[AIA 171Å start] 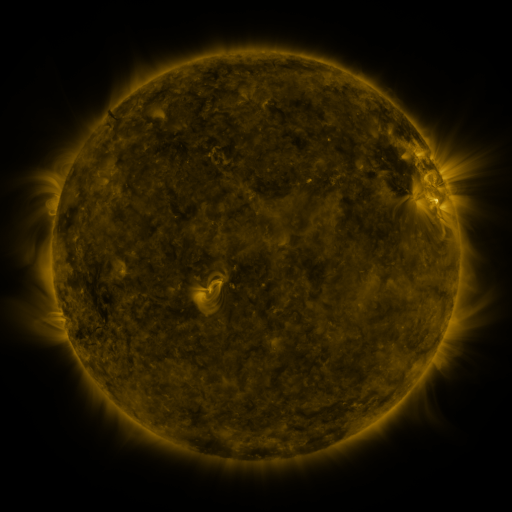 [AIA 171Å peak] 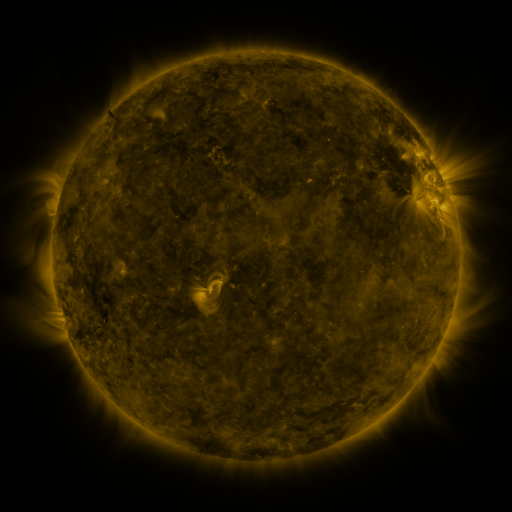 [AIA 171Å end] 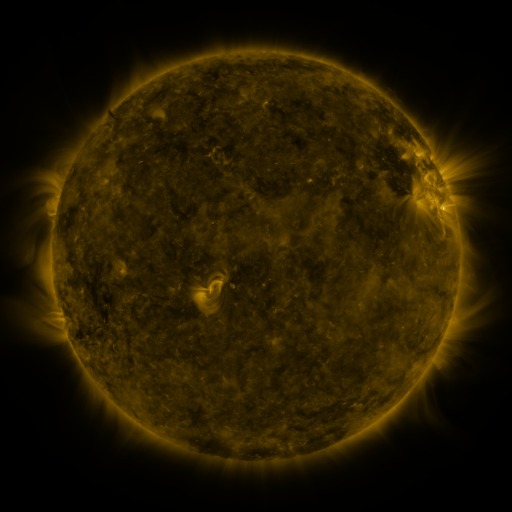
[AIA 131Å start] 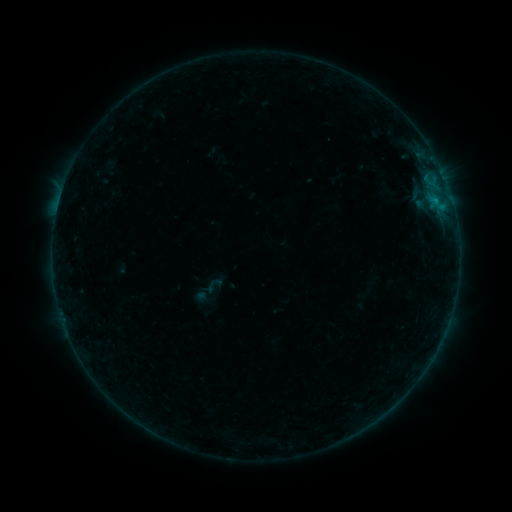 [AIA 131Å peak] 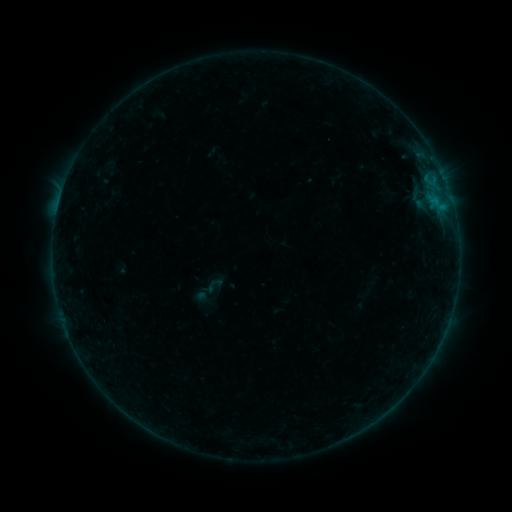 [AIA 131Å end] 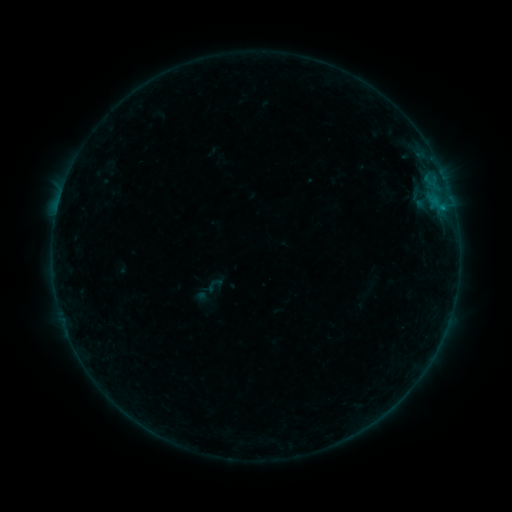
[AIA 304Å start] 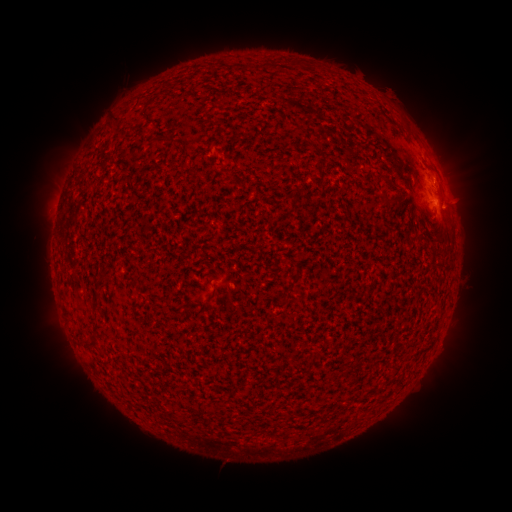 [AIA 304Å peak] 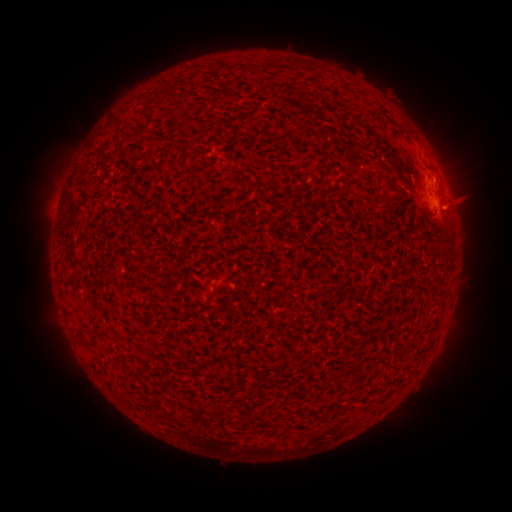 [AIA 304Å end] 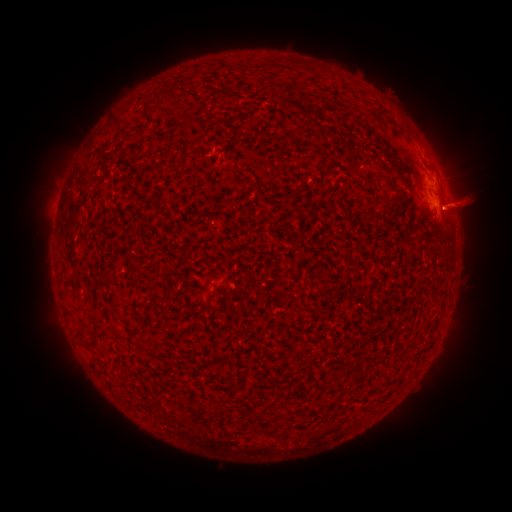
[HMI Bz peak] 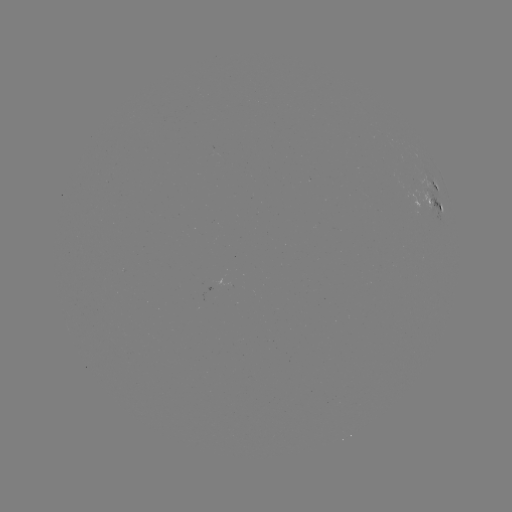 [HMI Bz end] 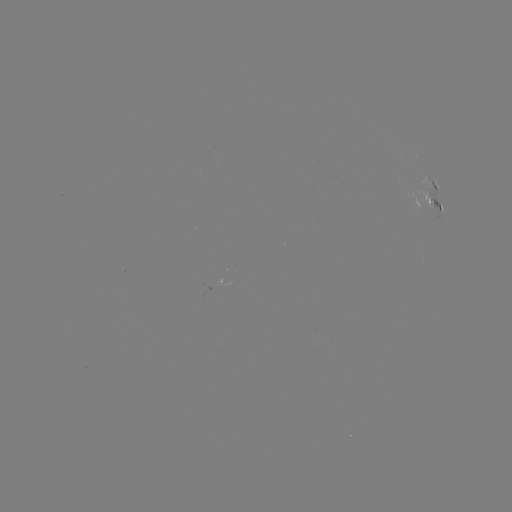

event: eruption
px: (465, 204)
